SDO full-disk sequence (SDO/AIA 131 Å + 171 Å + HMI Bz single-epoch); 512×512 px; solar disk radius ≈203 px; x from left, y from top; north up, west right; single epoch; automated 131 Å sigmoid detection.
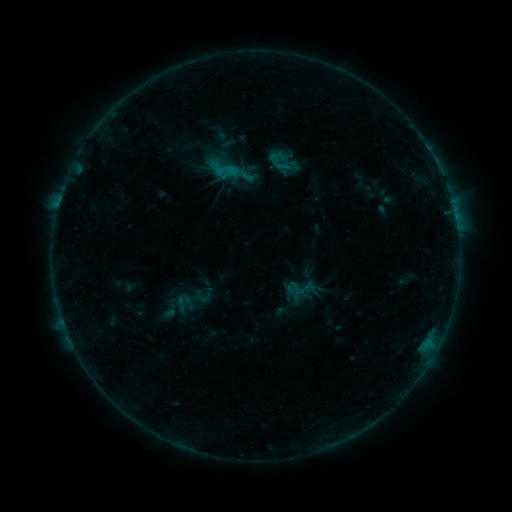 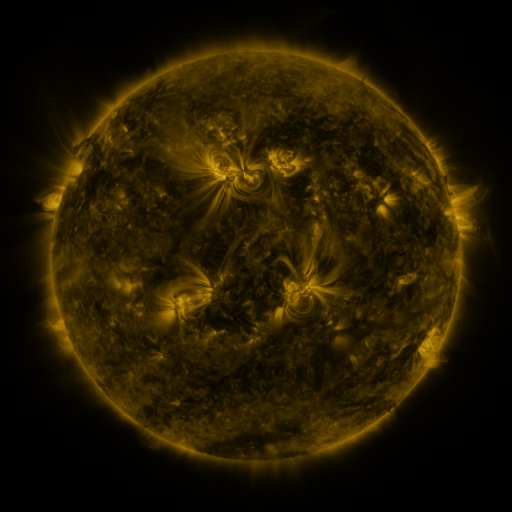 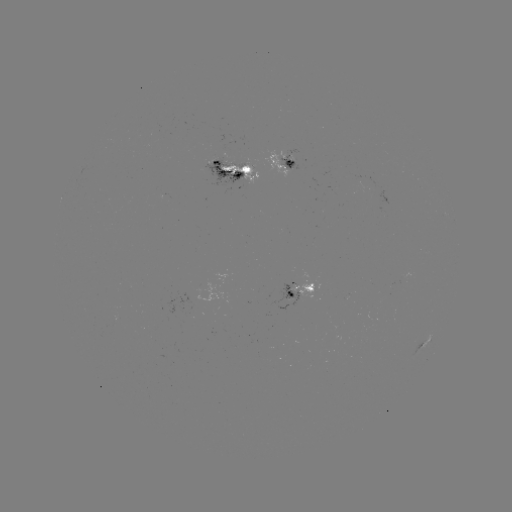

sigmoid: (169, 291, 200, 316)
